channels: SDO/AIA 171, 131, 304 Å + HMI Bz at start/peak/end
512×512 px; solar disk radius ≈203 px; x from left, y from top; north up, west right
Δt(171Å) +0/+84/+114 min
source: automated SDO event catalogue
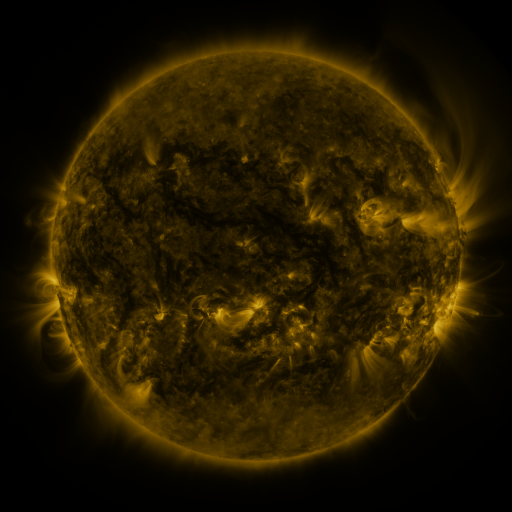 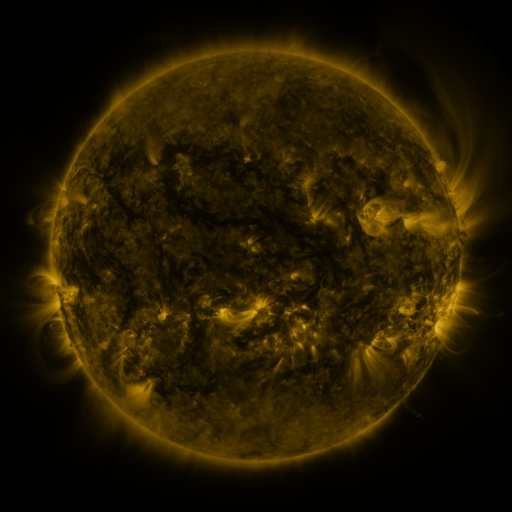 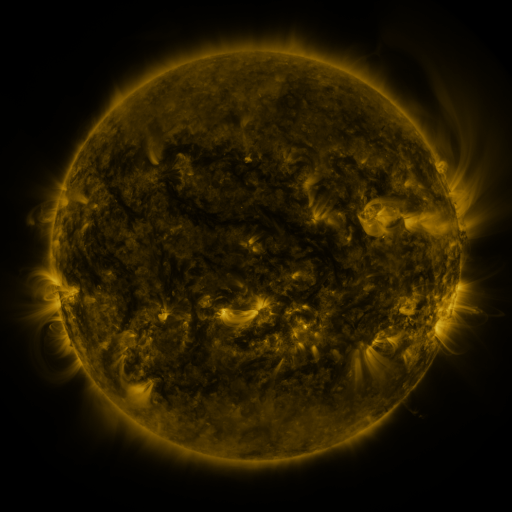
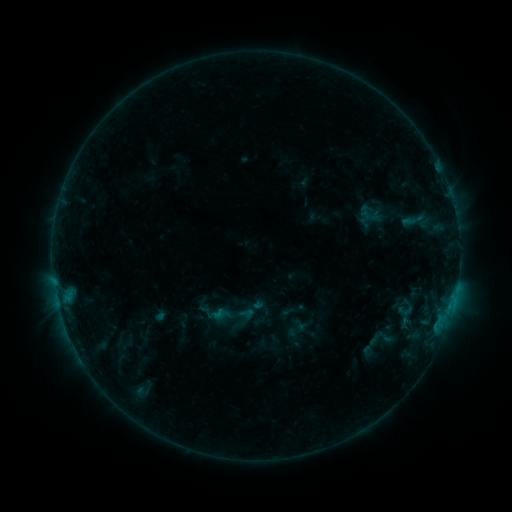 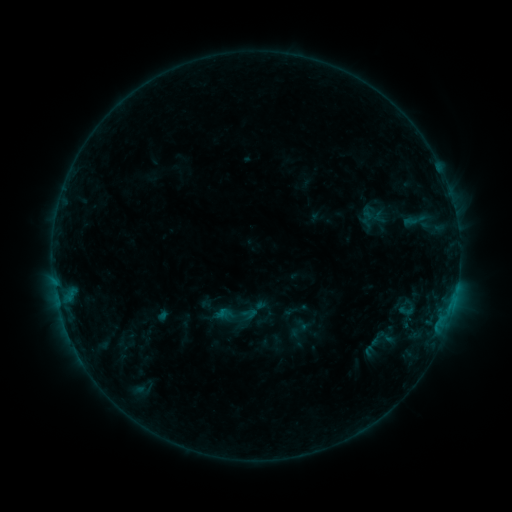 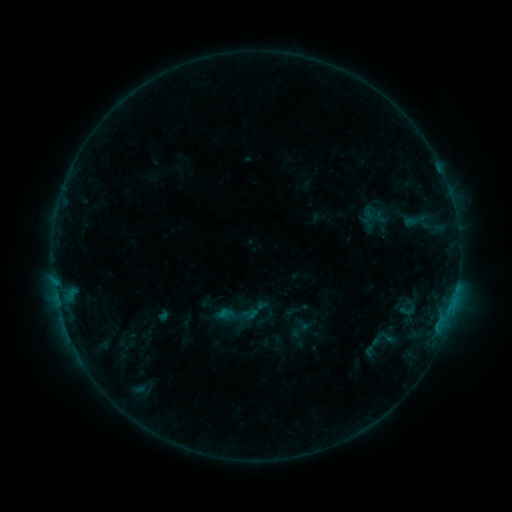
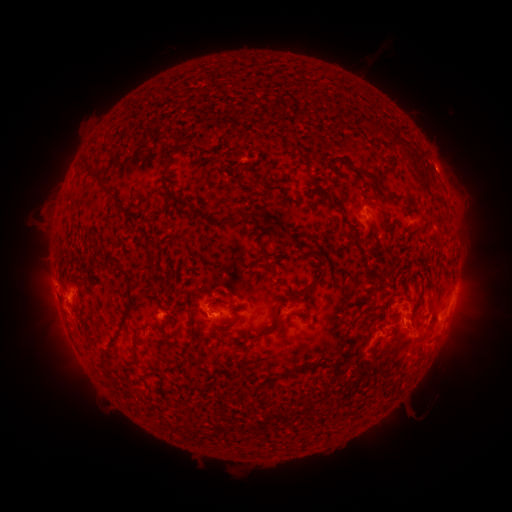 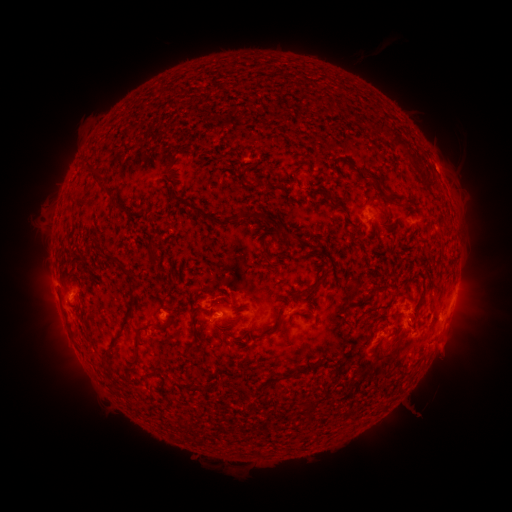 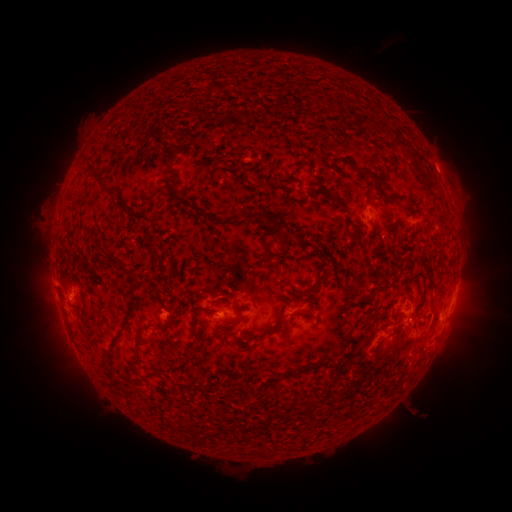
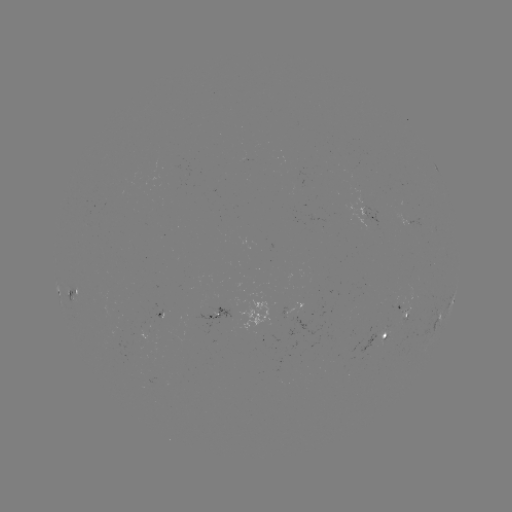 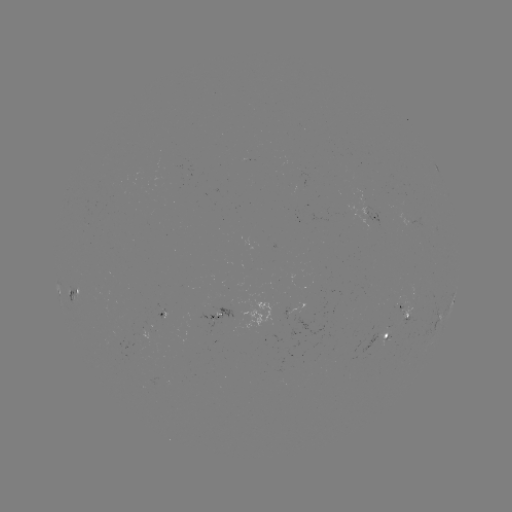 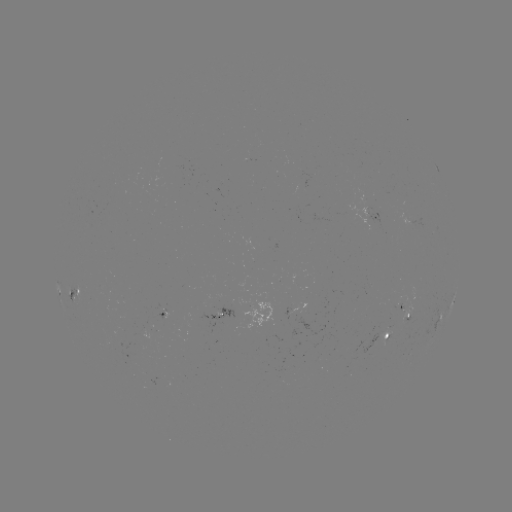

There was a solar emerging-flux region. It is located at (408, 315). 